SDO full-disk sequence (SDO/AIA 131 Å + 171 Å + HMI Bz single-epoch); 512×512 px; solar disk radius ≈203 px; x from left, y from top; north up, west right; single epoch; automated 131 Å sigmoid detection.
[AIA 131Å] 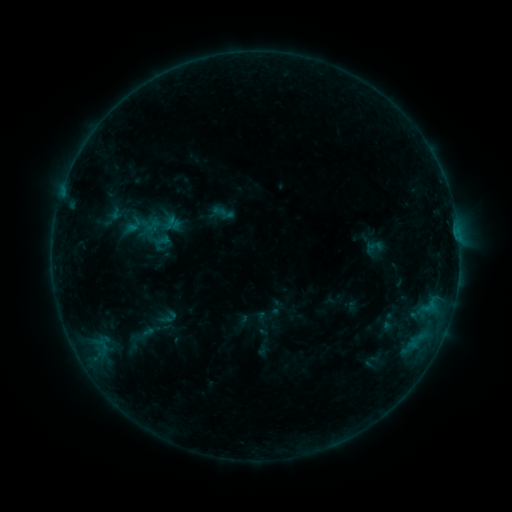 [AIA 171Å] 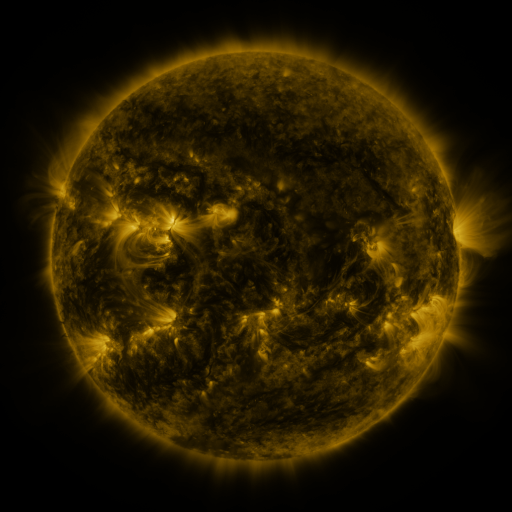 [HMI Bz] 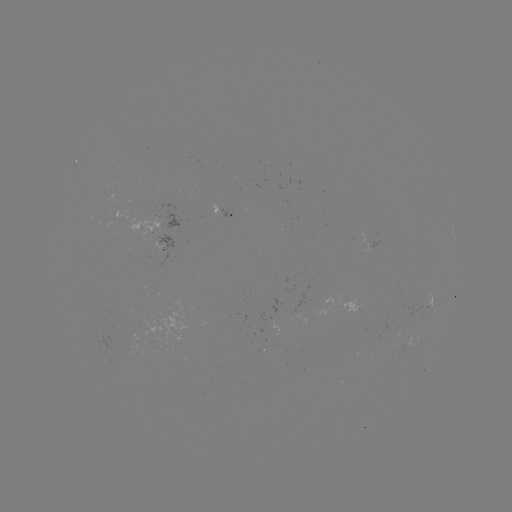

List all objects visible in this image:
sigmoid: (212, 204, 227, 220)
